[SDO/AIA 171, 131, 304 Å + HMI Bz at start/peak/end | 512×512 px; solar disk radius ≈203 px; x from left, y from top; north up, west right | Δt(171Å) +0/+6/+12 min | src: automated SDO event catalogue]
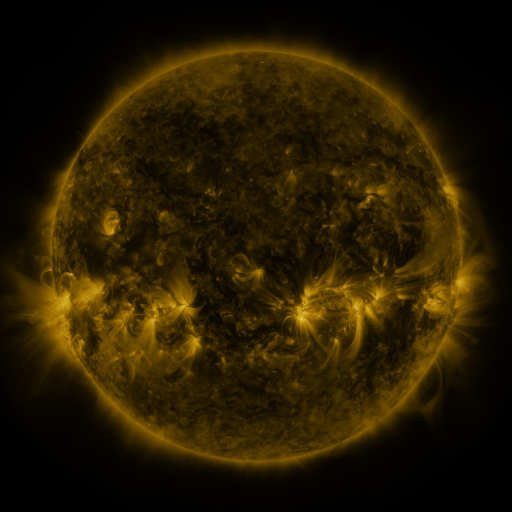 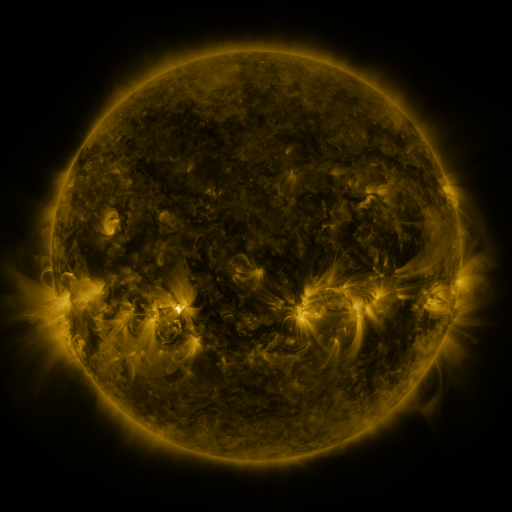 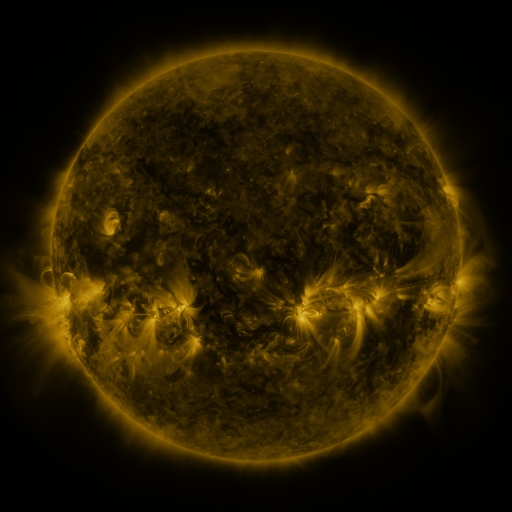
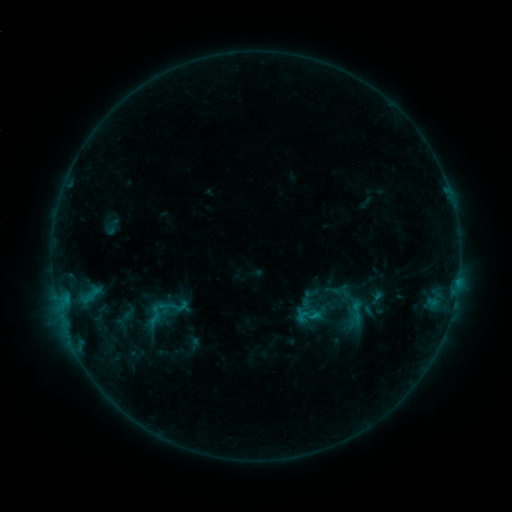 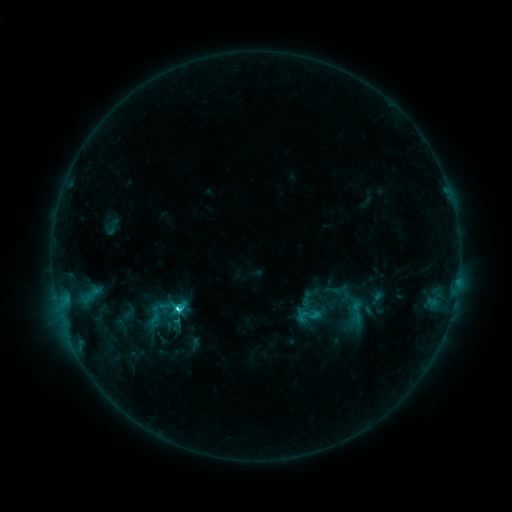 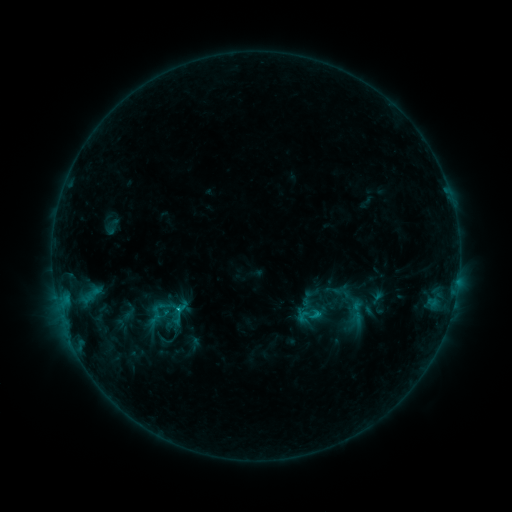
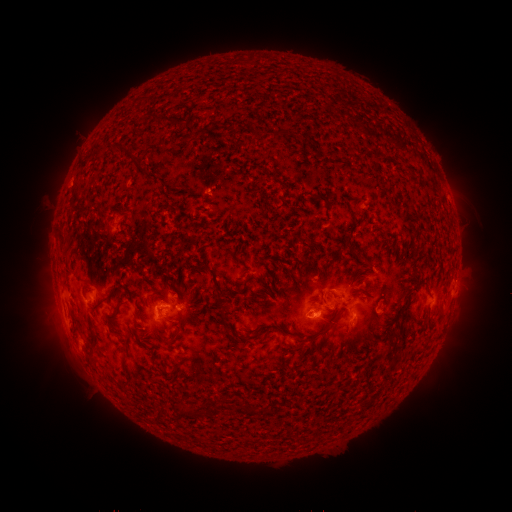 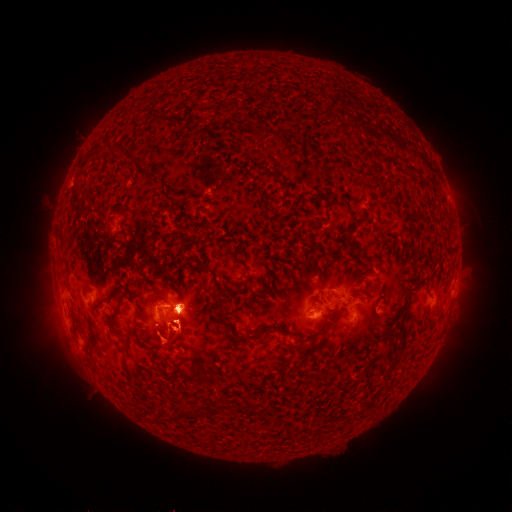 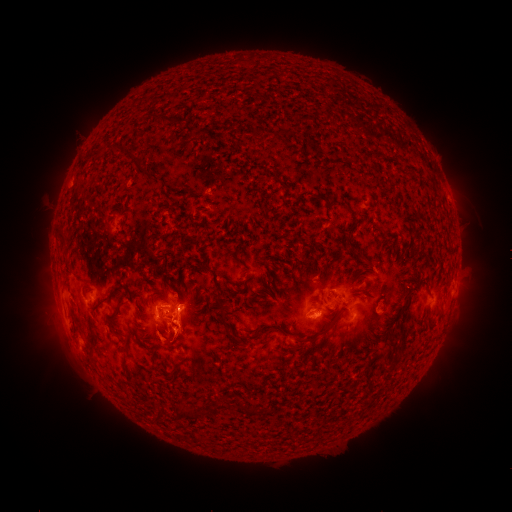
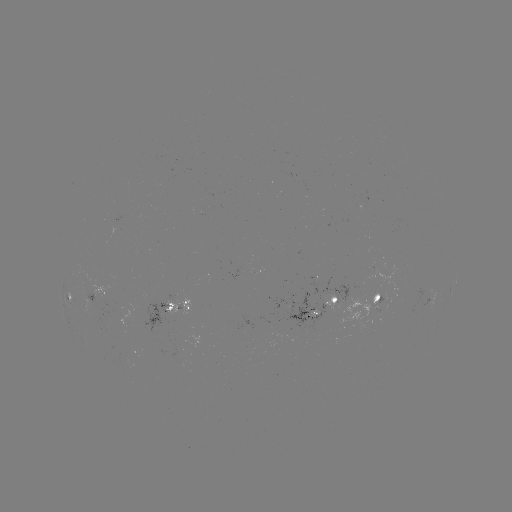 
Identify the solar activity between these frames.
C4.4 flare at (179, 307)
